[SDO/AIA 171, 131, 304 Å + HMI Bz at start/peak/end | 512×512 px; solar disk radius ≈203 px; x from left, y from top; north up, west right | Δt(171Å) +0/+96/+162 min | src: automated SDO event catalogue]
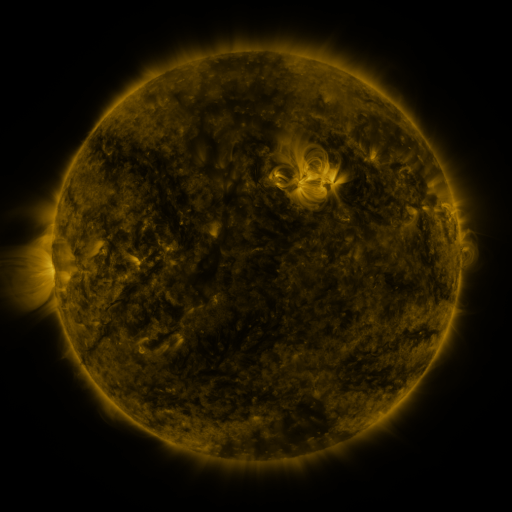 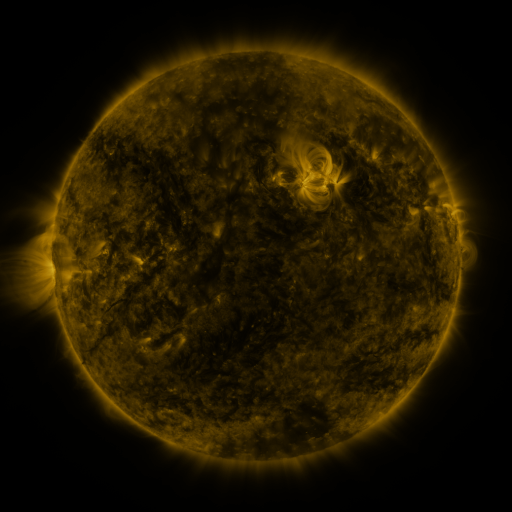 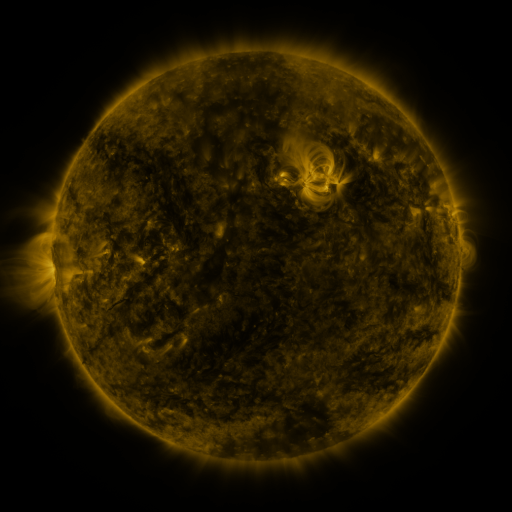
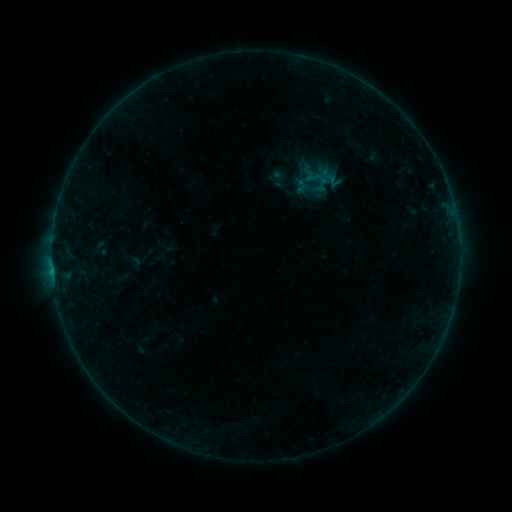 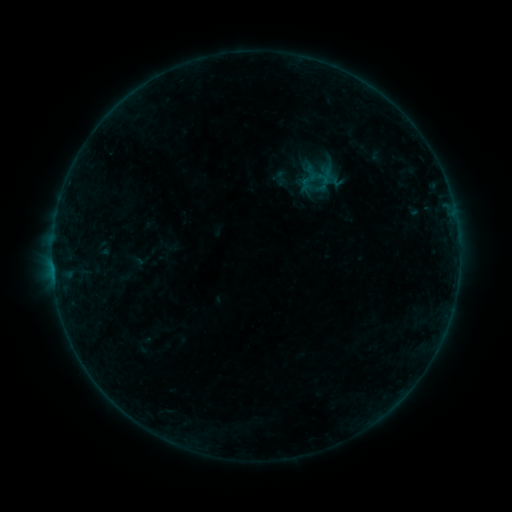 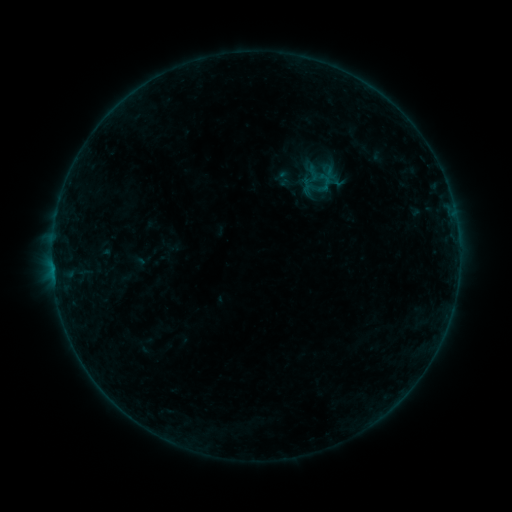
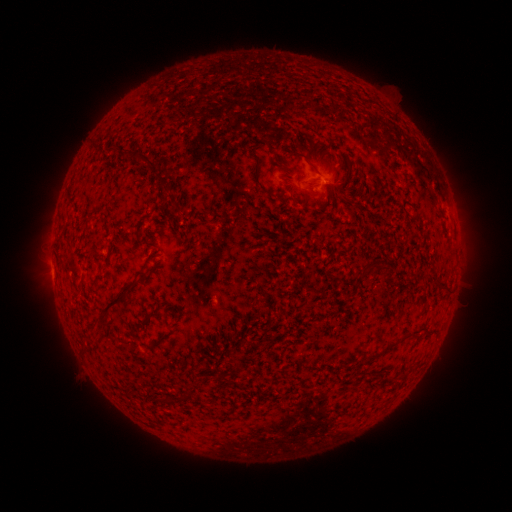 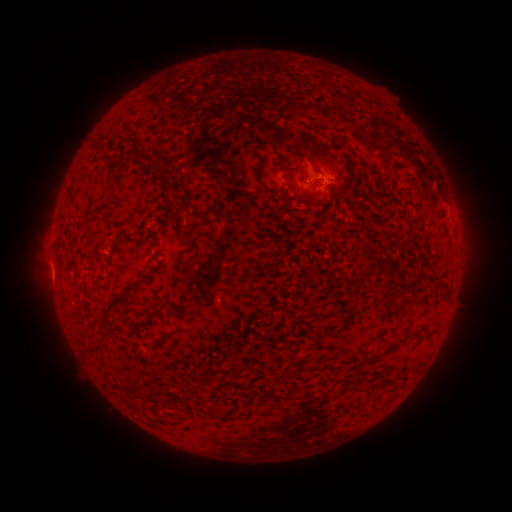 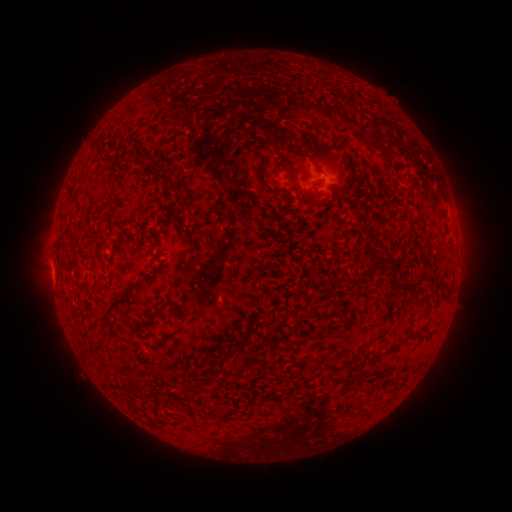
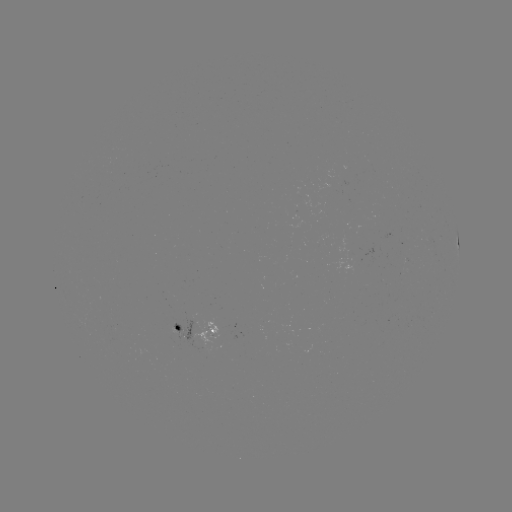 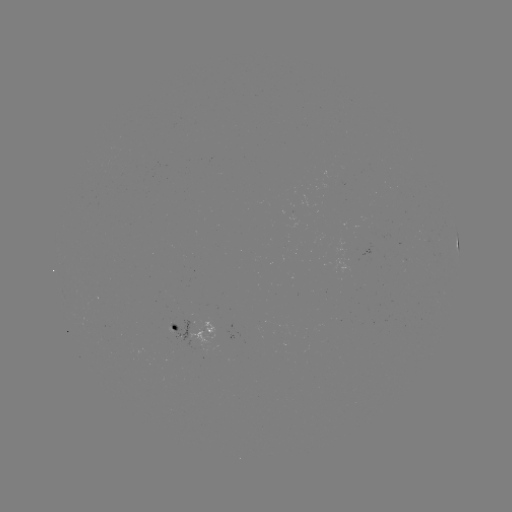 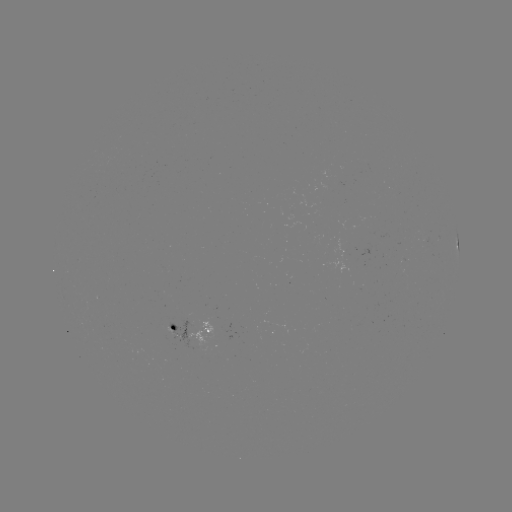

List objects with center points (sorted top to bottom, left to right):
emerging-flux region: (84, 271)
